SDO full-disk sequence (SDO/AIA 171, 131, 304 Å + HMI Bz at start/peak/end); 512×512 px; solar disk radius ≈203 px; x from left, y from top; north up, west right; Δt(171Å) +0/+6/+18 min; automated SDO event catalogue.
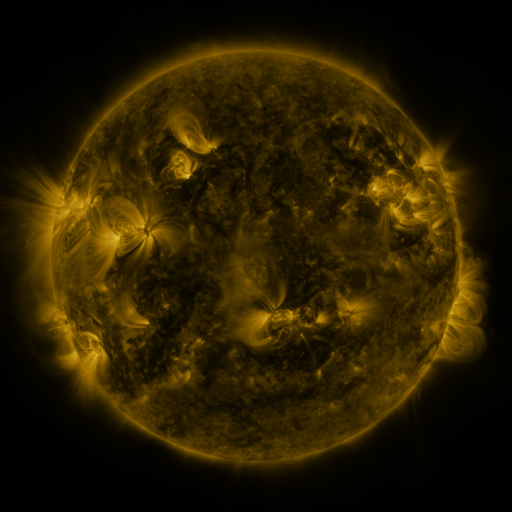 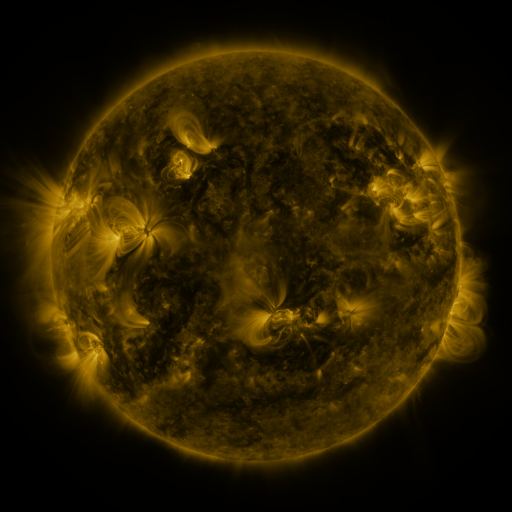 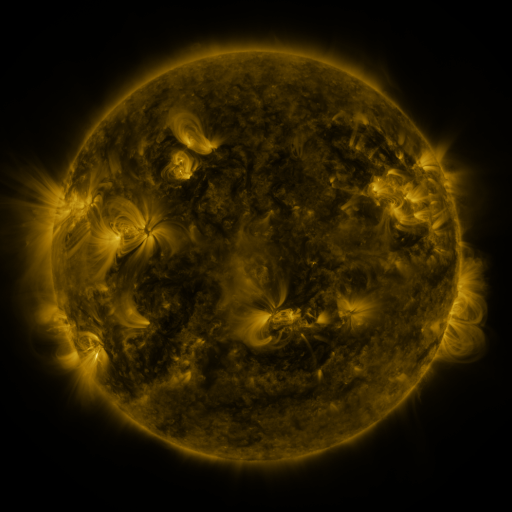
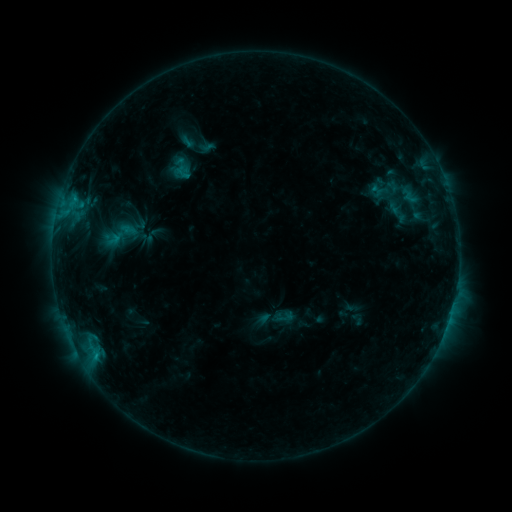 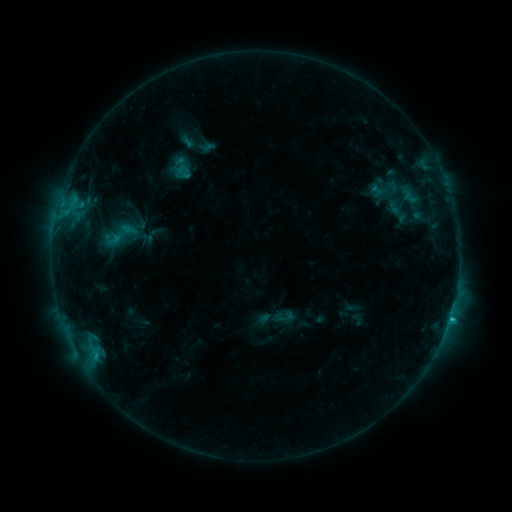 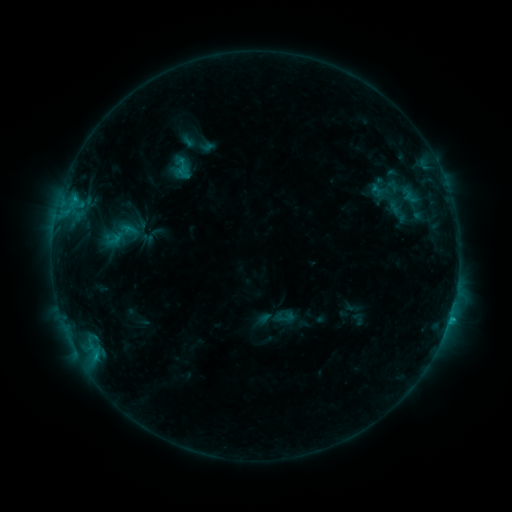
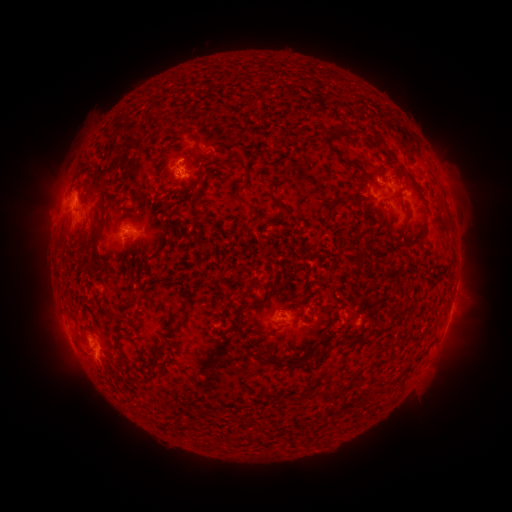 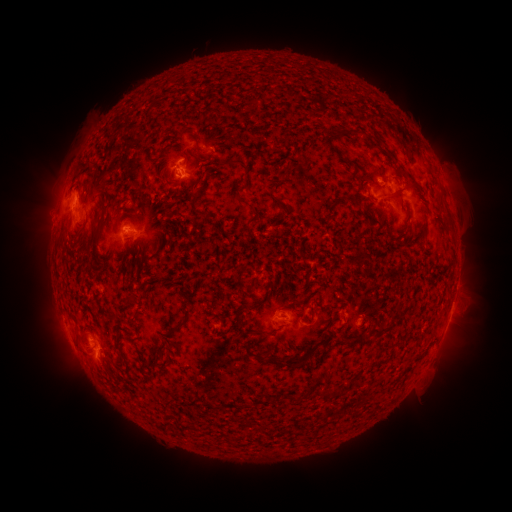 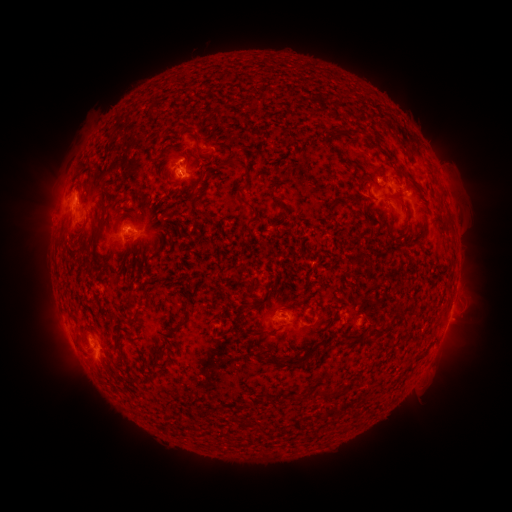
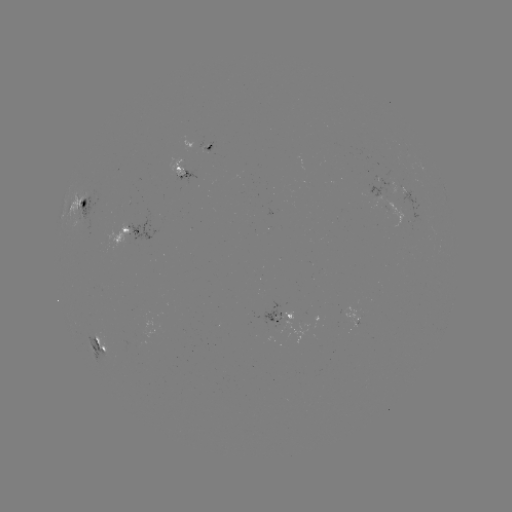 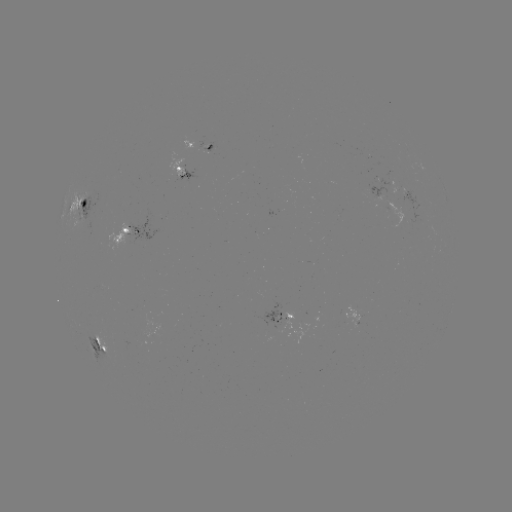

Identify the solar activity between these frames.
C1.6 flare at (450, 315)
